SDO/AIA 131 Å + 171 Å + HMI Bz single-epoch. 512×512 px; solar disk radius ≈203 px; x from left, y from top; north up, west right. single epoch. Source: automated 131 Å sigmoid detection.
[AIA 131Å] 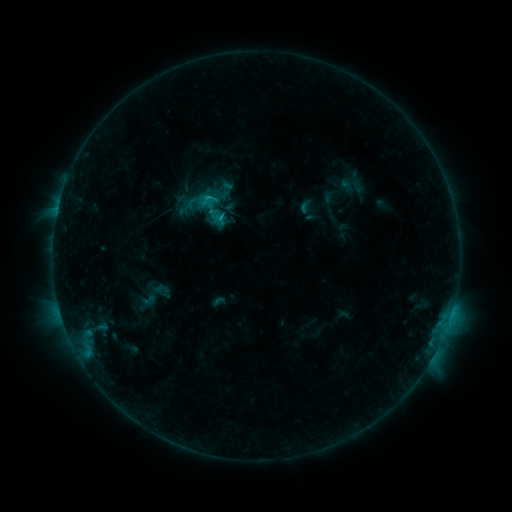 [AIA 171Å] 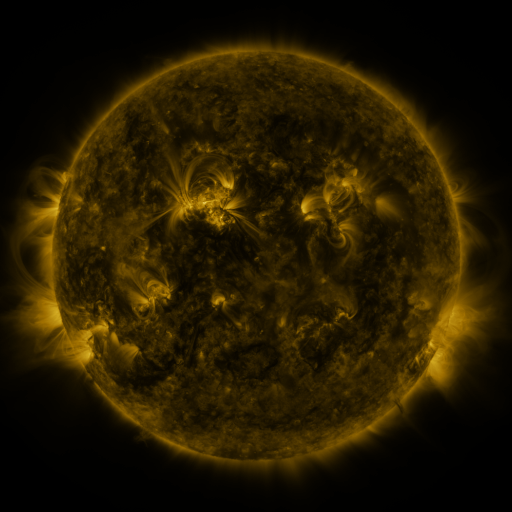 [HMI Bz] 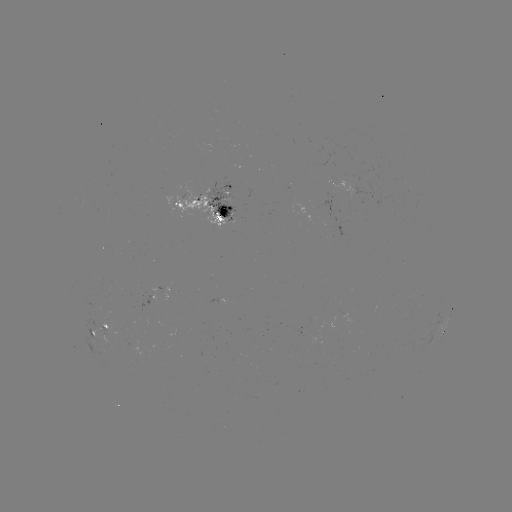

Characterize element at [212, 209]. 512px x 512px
sigmoid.